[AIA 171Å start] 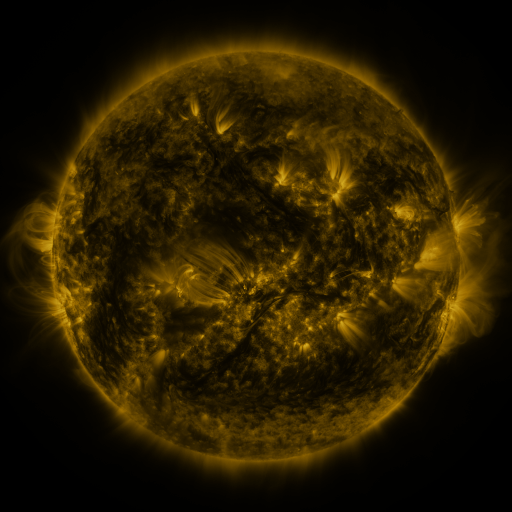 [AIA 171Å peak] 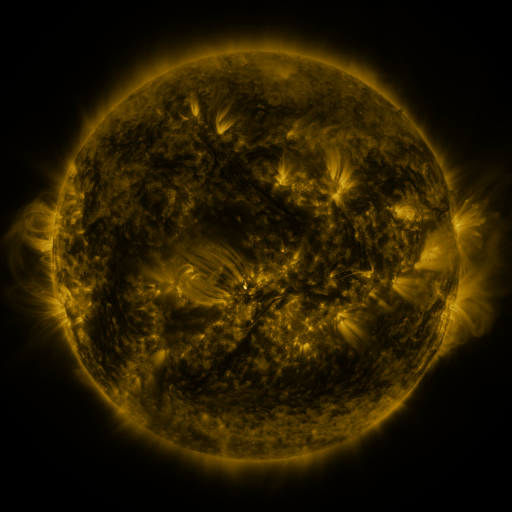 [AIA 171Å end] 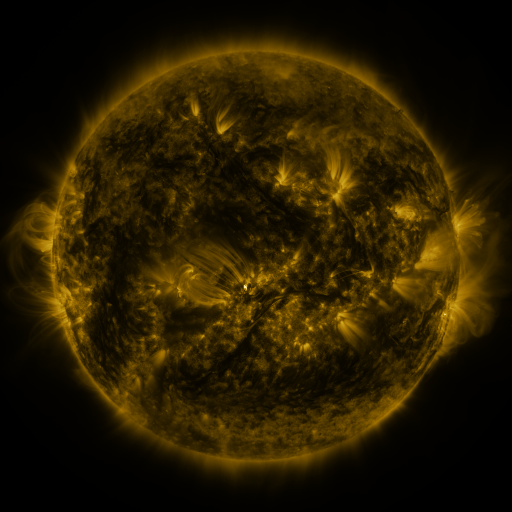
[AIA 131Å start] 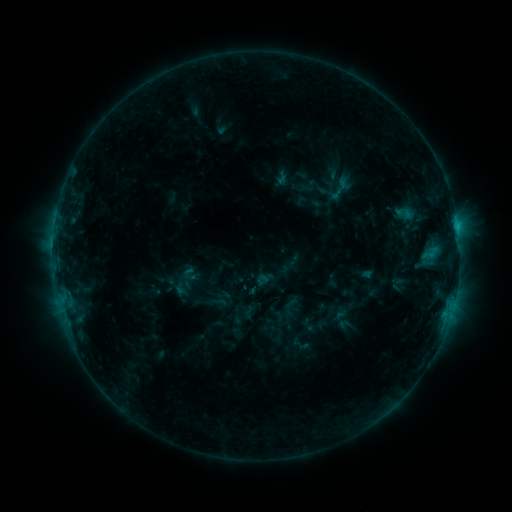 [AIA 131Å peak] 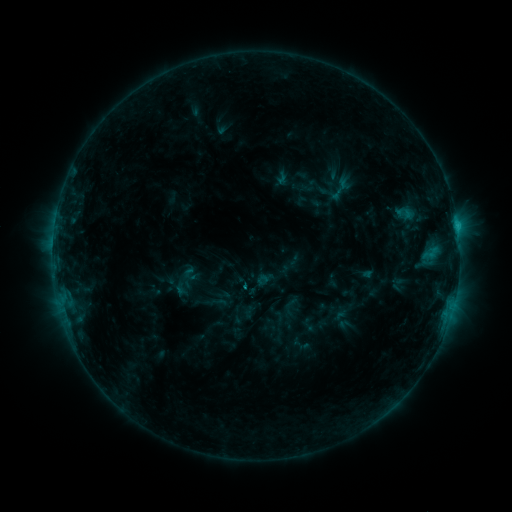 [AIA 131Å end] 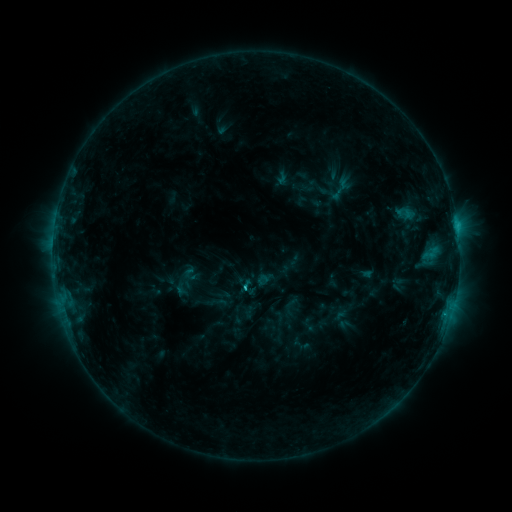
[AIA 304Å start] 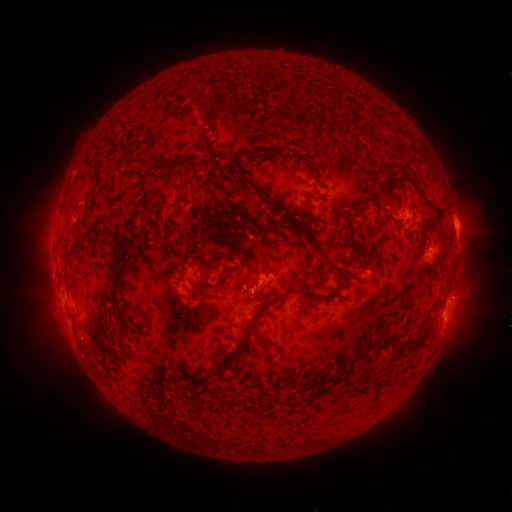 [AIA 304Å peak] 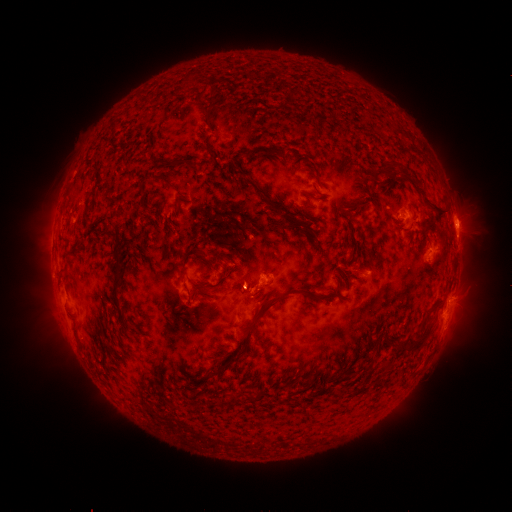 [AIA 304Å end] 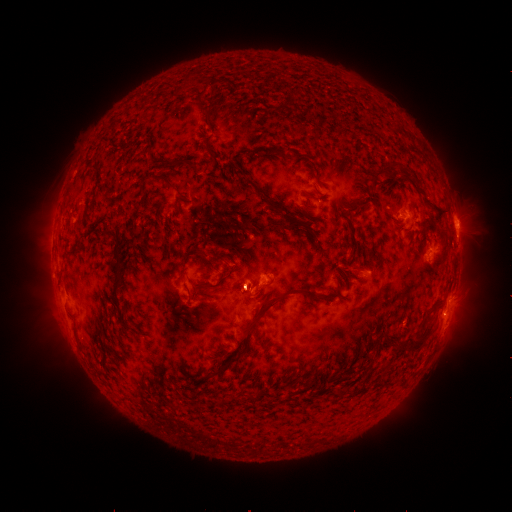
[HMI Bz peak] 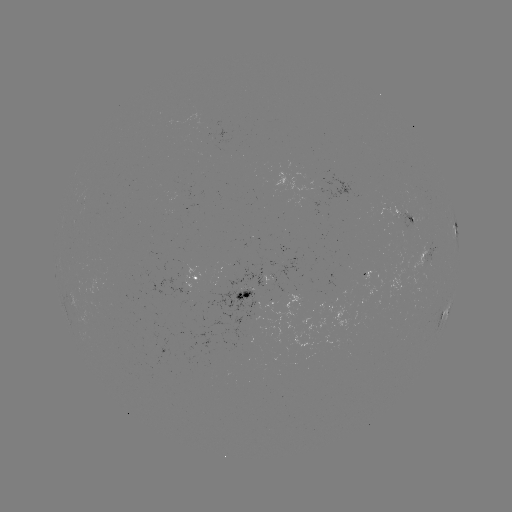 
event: eruption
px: (247, 276)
